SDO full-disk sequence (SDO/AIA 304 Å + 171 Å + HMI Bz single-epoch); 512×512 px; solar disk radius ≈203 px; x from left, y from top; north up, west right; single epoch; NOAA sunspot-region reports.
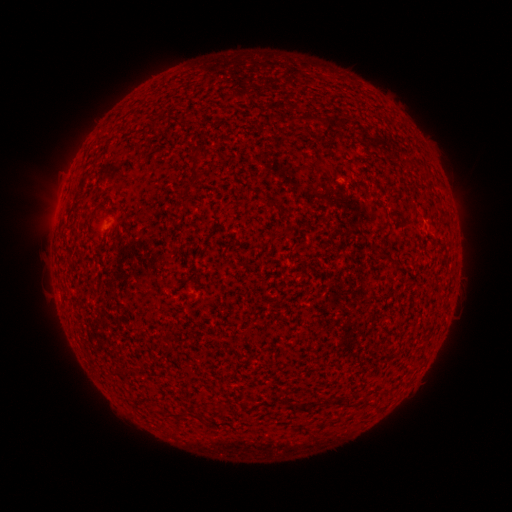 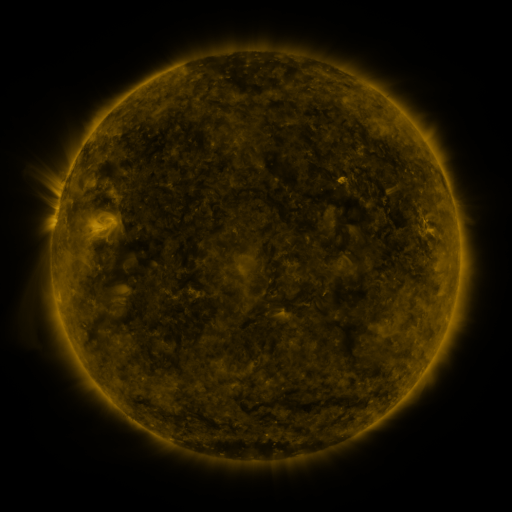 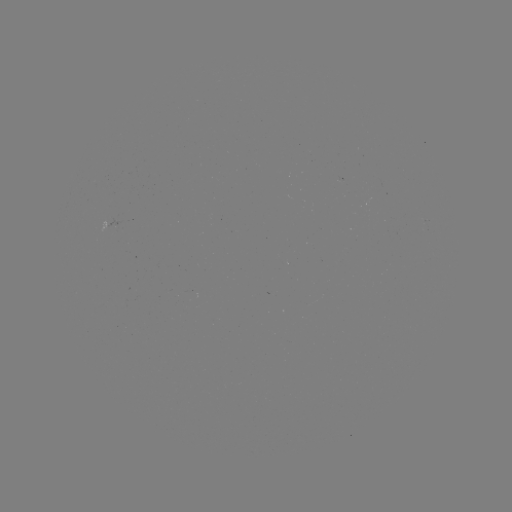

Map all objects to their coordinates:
(none)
